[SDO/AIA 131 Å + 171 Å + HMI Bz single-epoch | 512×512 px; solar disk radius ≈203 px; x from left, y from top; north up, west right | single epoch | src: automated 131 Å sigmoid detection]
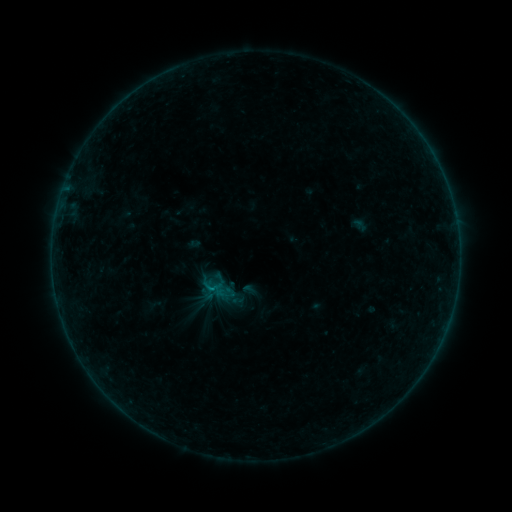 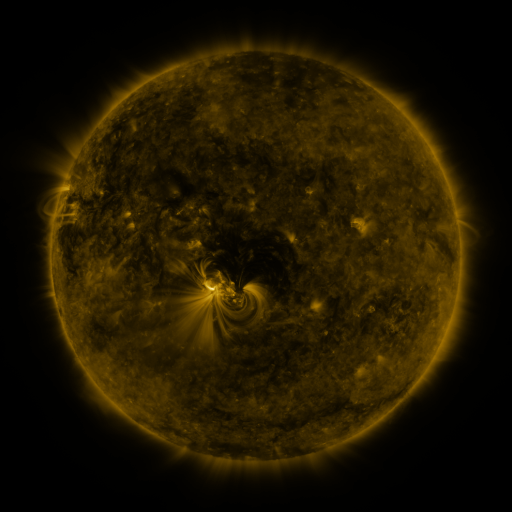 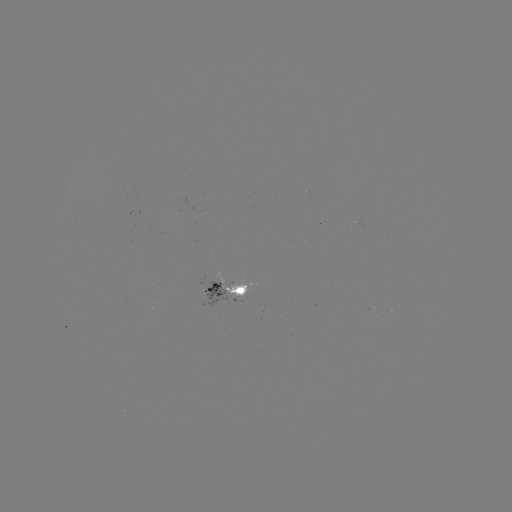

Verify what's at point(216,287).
sigmoid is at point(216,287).